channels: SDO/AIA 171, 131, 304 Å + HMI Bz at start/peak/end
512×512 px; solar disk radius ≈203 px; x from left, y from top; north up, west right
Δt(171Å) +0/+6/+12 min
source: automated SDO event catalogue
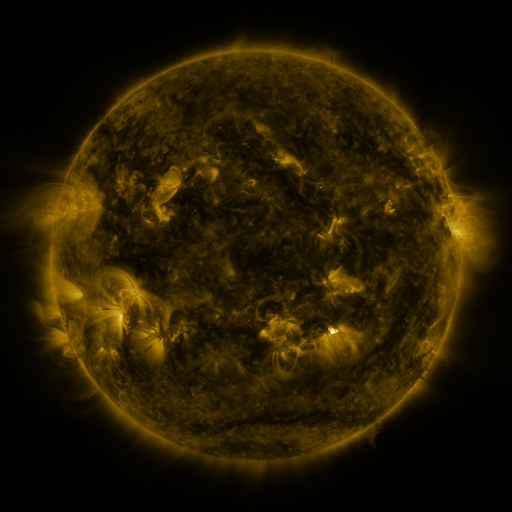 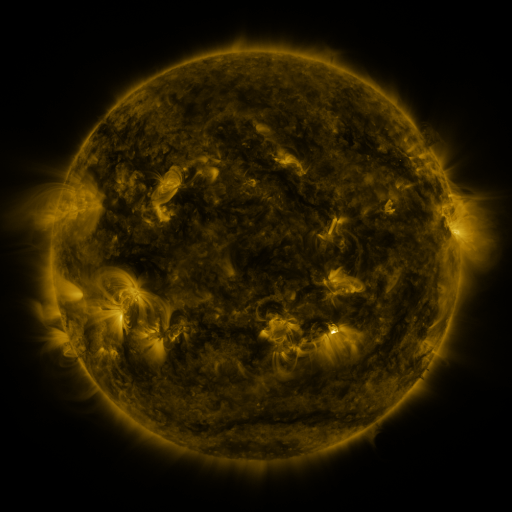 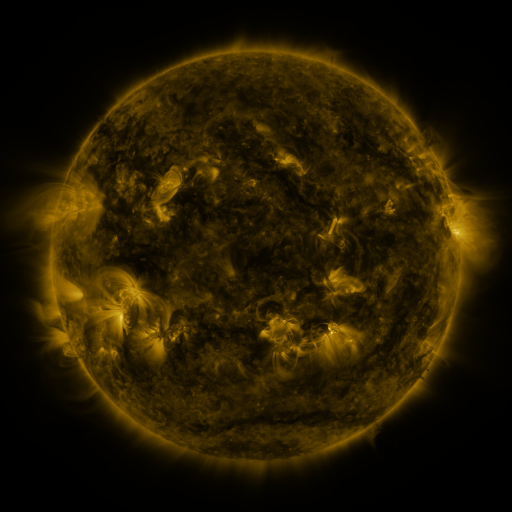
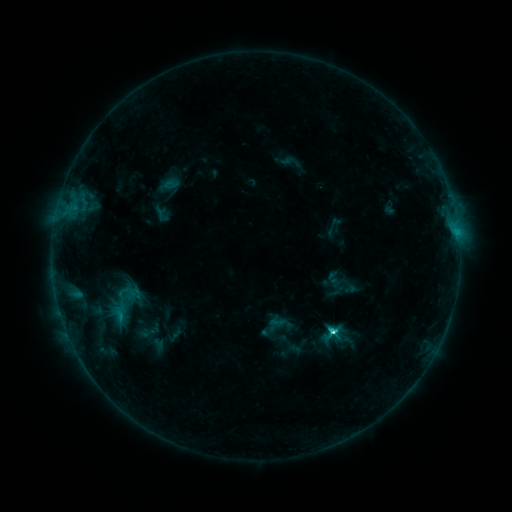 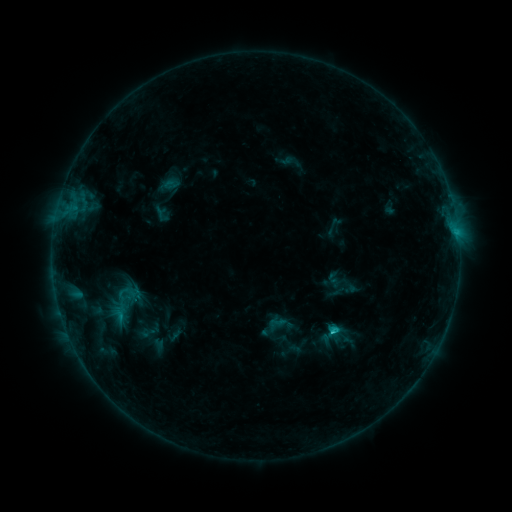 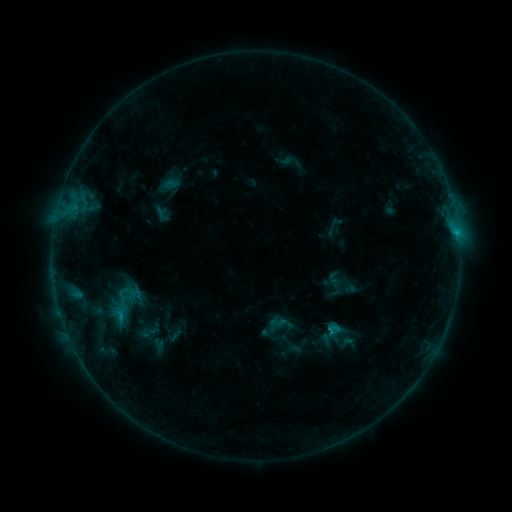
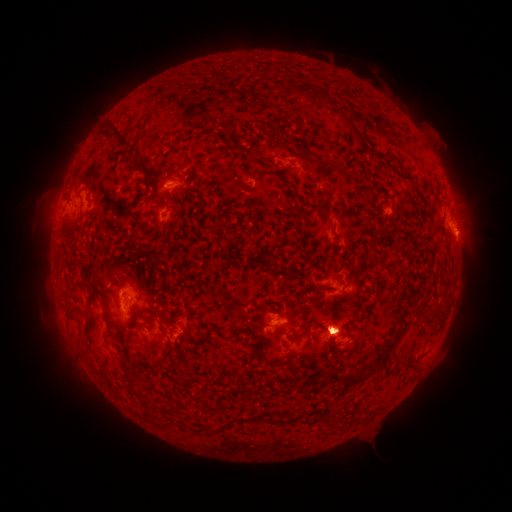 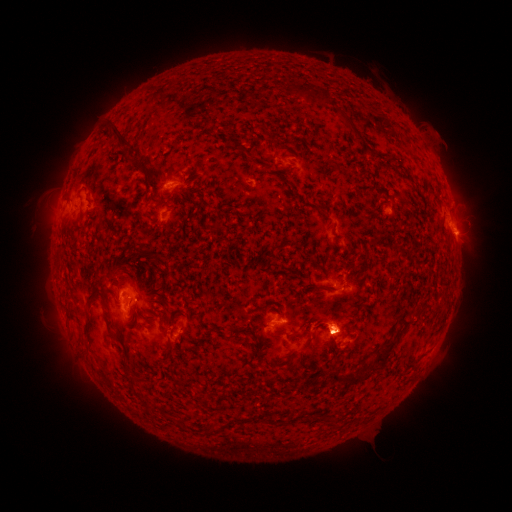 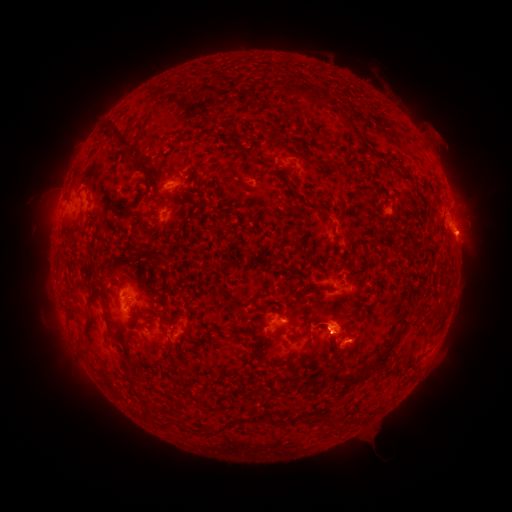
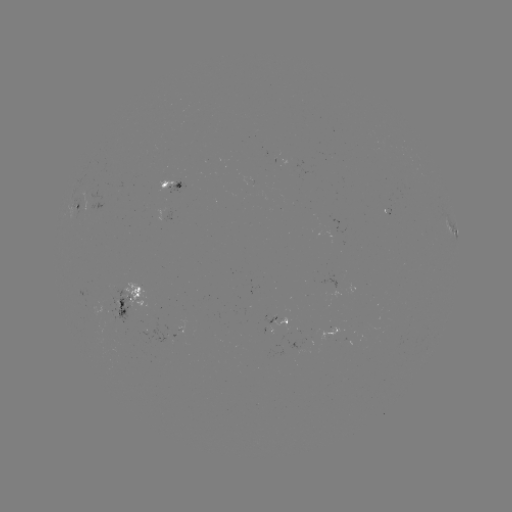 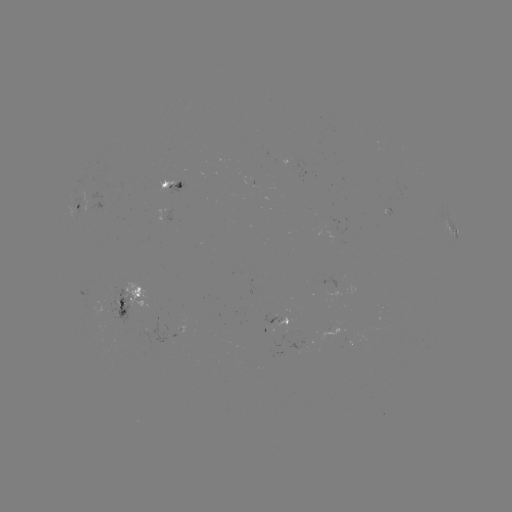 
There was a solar eruption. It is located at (59, 196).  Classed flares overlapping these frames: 1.